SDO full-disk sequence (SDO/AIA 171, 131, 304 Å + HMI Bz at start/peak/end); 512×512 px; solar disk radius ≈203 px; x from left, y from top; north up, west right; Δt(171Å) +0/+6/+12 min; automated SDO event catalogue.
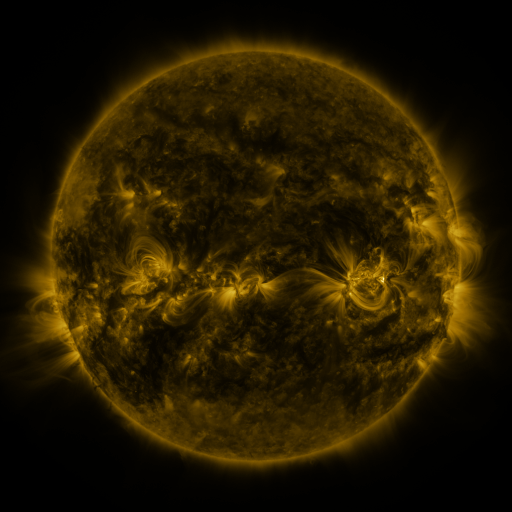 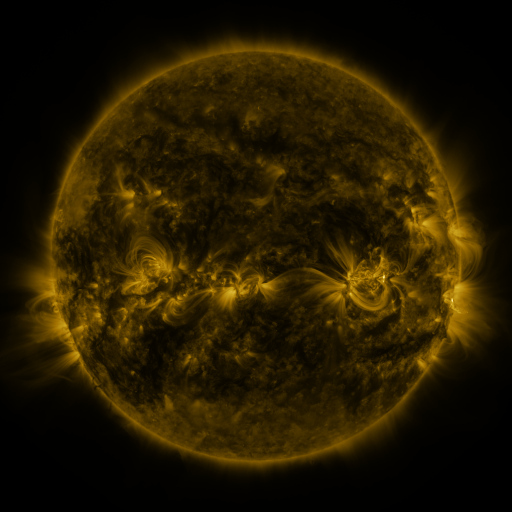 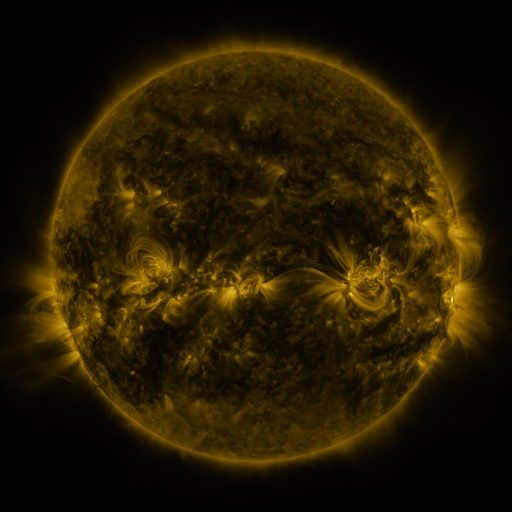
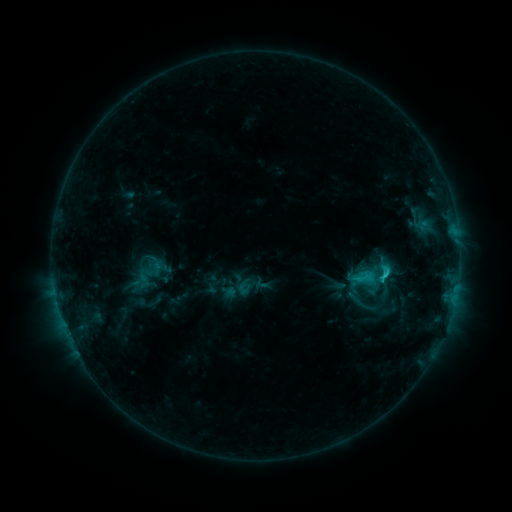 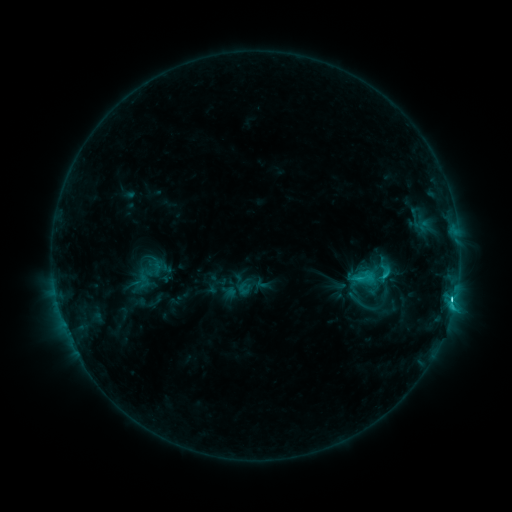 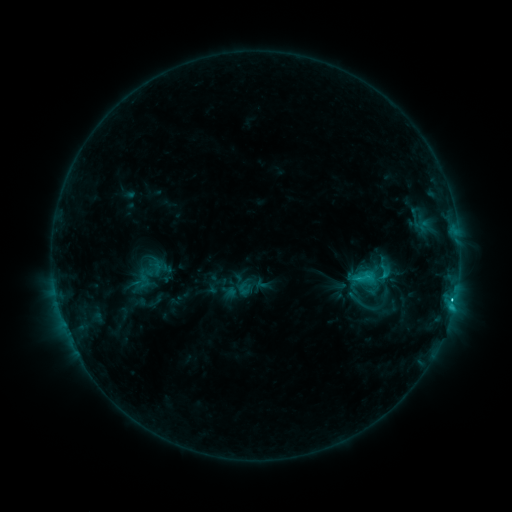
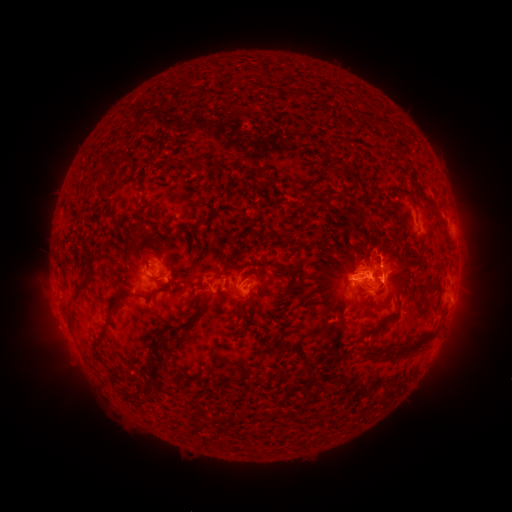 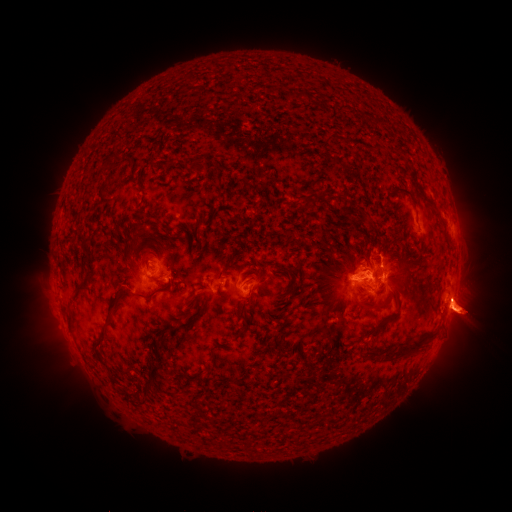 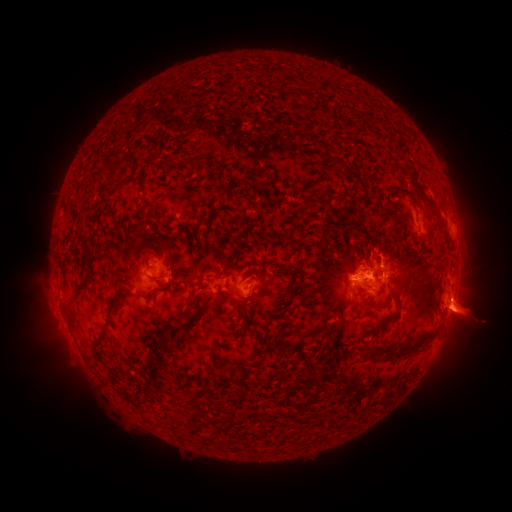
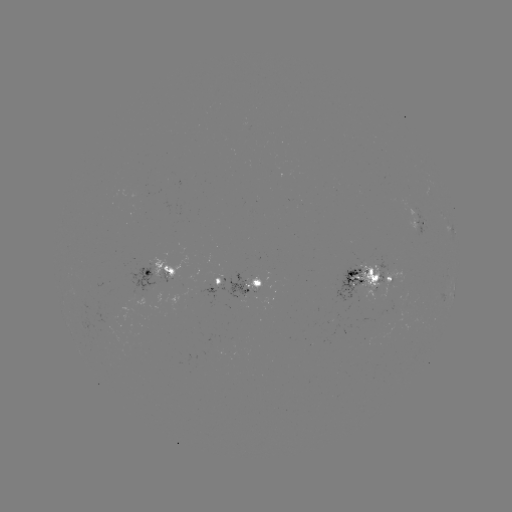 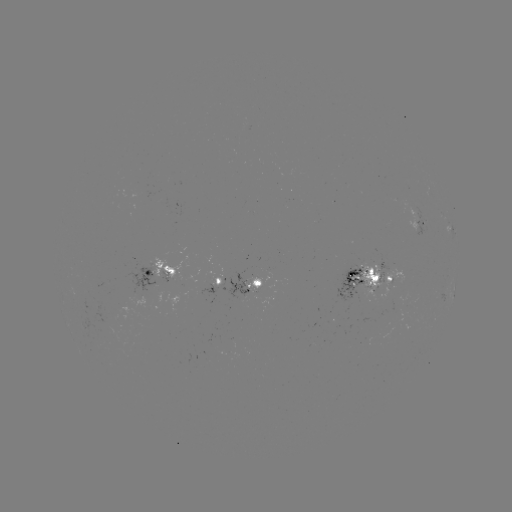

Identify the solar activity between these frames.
eruption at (462, 310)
